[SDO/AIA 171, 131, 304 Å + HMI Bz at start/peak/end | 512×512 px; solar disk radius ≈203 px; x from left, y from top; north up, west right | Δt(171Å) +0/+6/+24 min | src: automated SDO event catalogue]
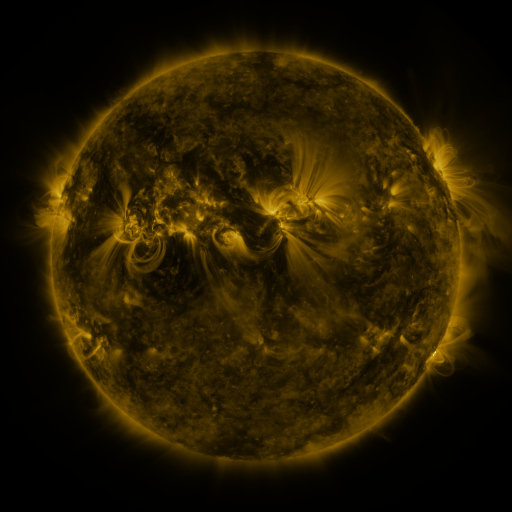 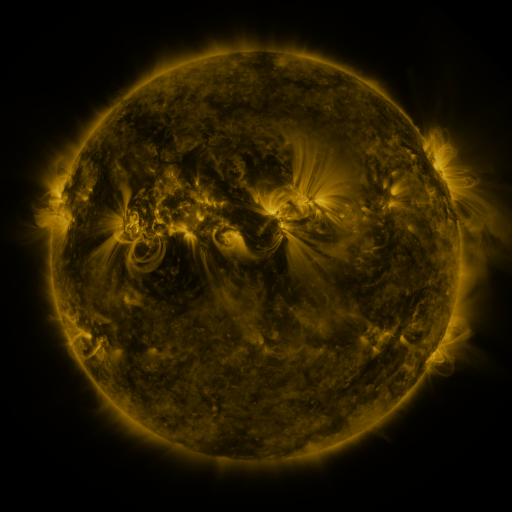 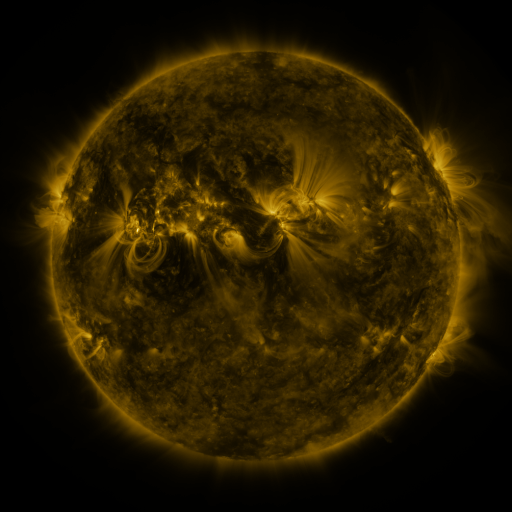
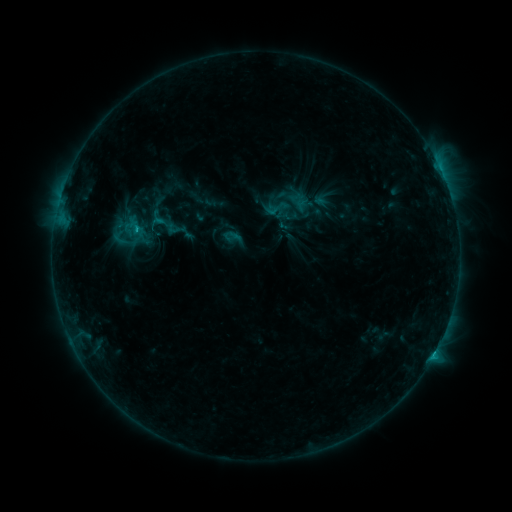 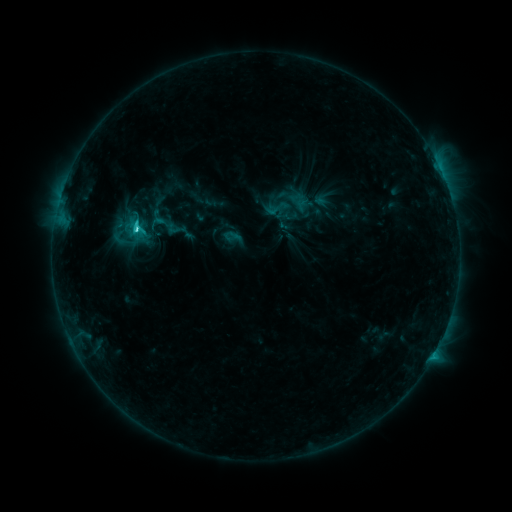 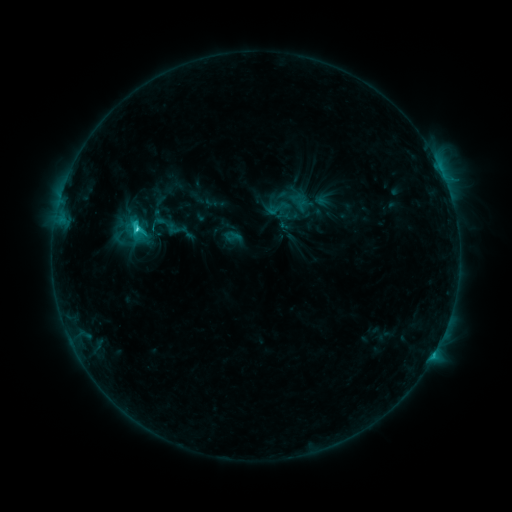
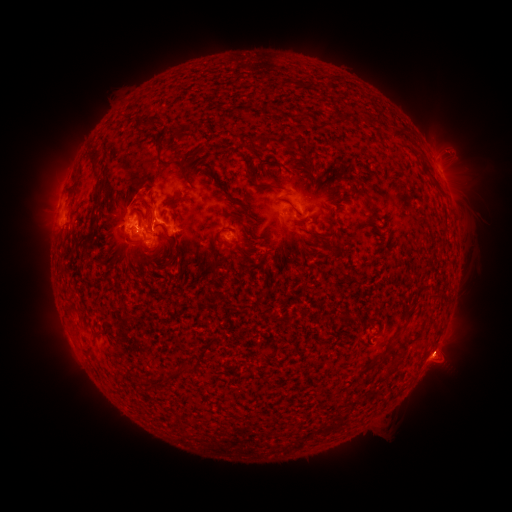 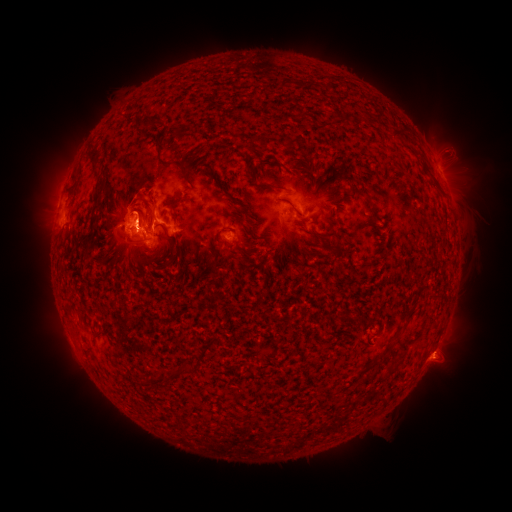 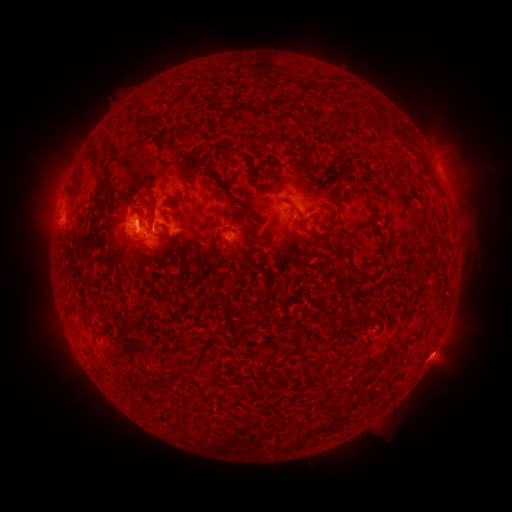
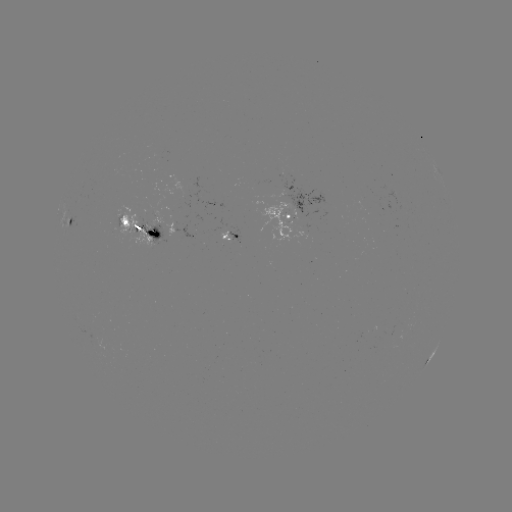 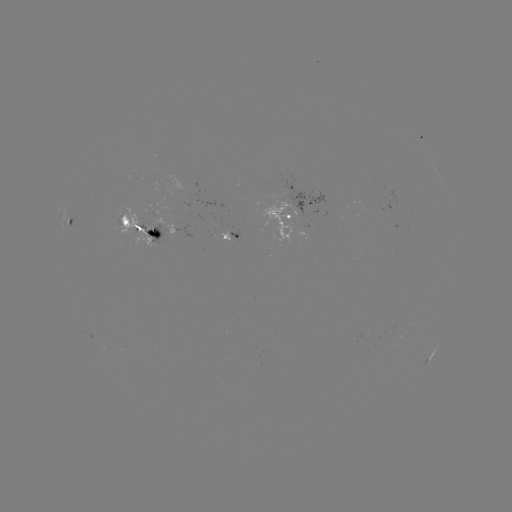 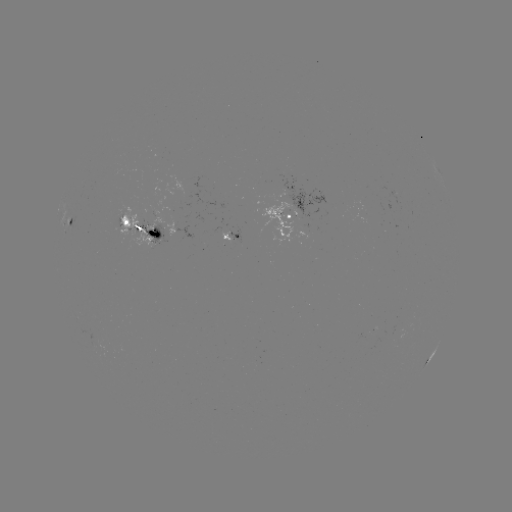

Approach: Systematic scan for C5.2 flare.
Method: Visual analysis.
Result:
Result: C5.2 flare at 138,233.